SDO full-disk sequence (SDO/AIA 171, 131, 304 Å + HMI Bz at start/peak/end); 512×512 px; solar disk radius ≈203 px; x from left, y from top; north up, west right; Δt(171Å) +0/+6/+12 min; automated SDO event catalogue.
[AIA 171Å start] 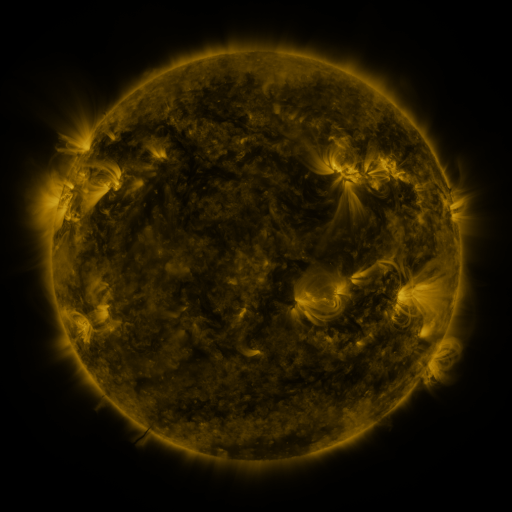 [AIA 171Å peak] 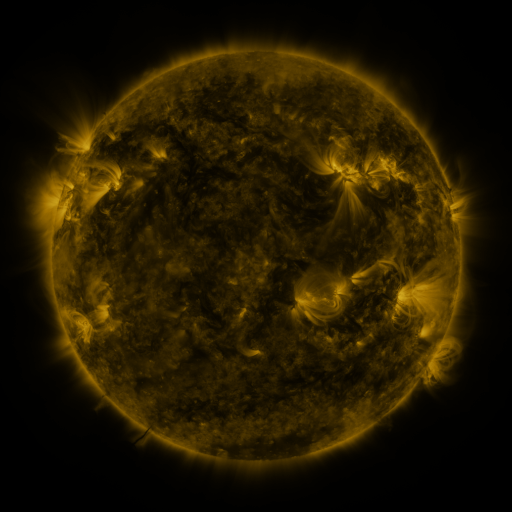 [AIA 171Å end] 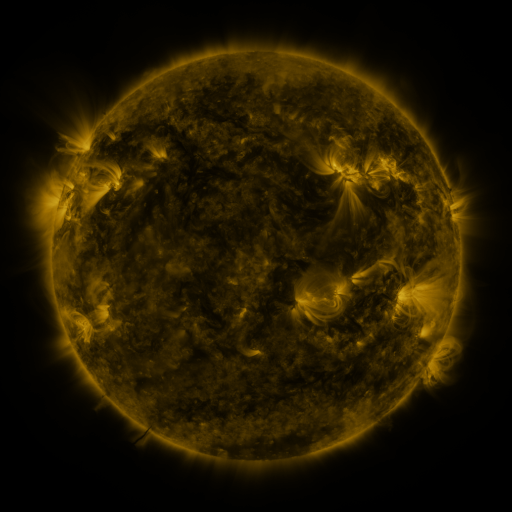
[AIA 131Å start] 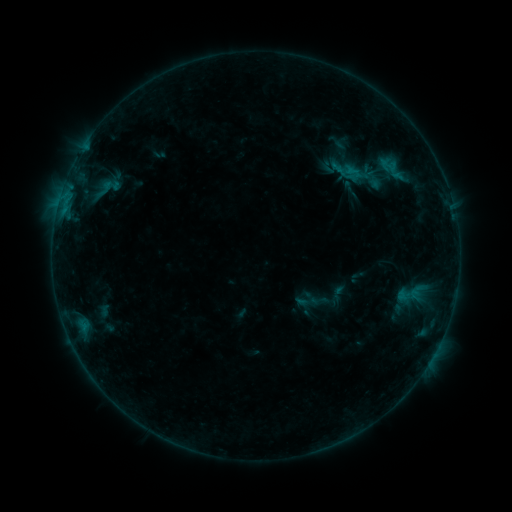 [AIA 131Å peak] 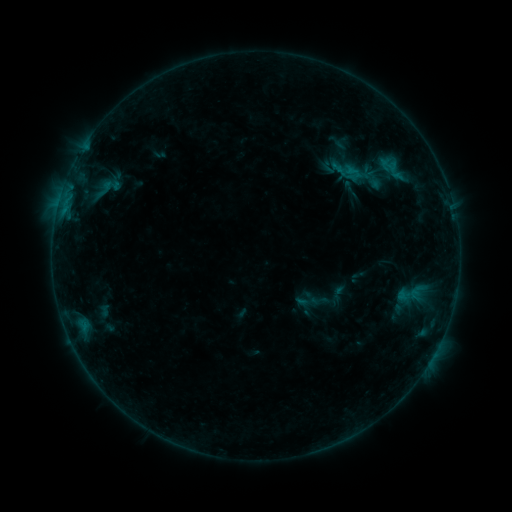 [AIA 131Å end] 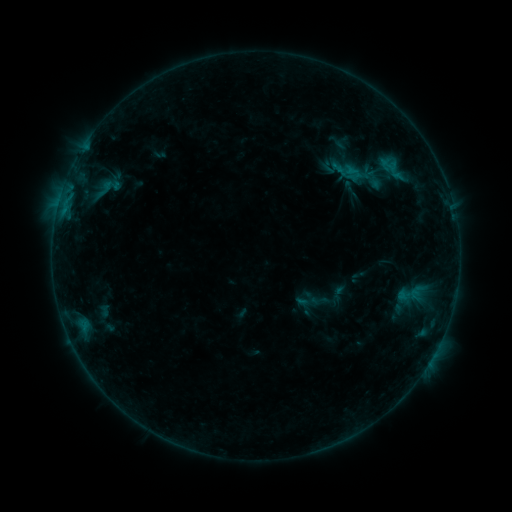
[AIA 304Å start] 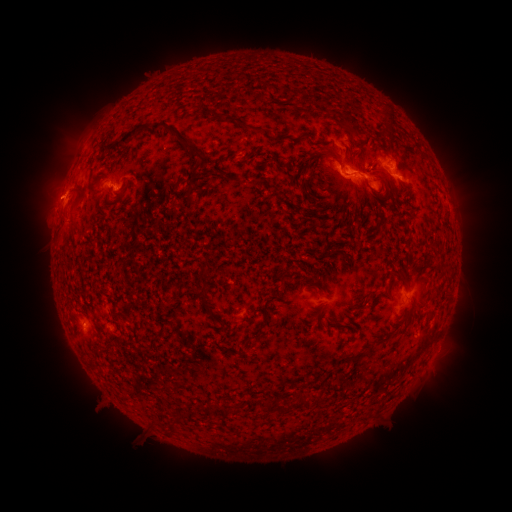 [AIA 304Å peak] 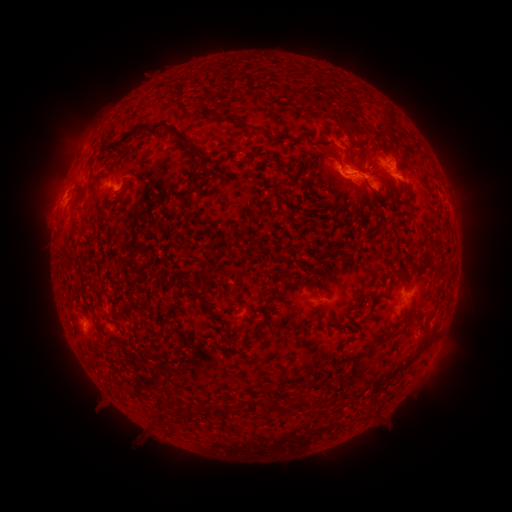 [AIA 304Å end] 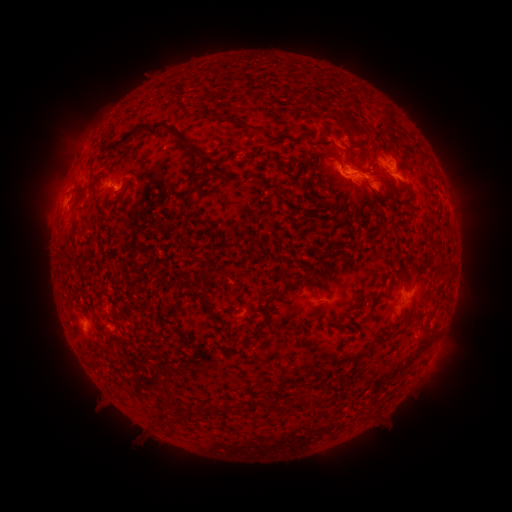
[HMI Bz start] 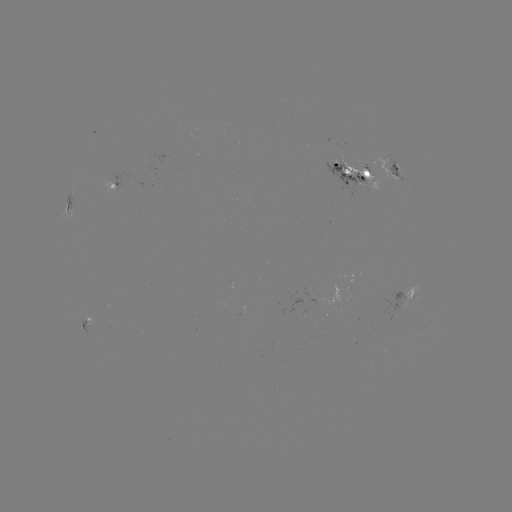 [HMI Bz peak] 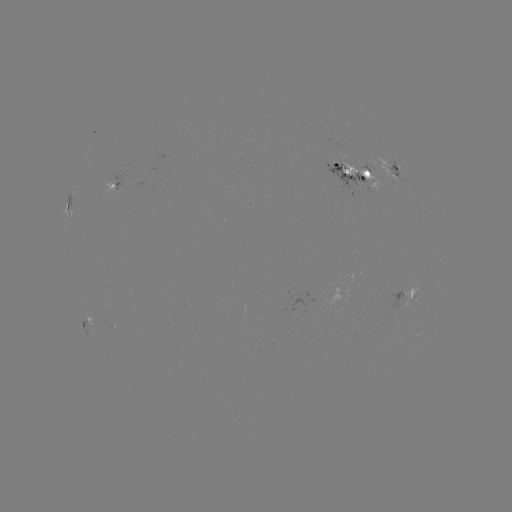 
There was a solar eruption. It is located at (52, 204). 